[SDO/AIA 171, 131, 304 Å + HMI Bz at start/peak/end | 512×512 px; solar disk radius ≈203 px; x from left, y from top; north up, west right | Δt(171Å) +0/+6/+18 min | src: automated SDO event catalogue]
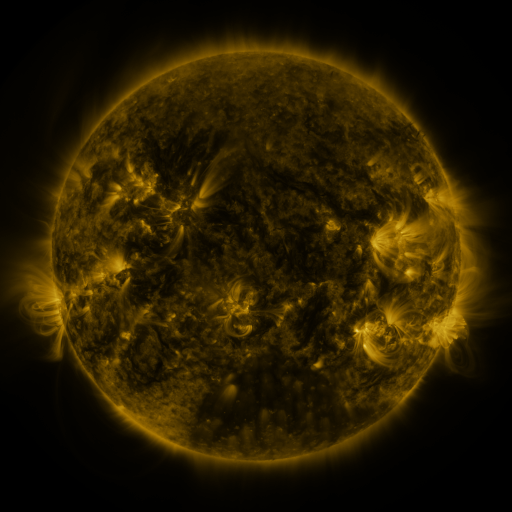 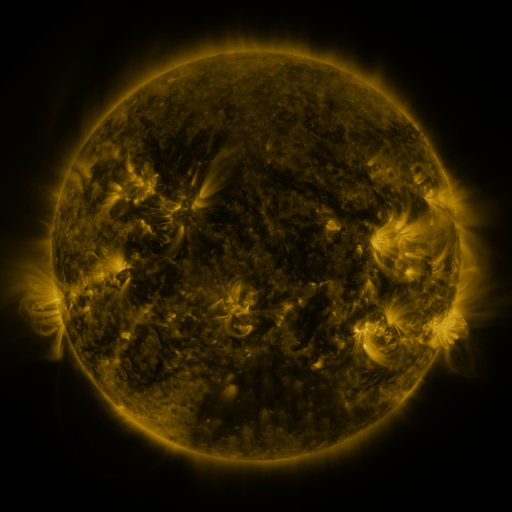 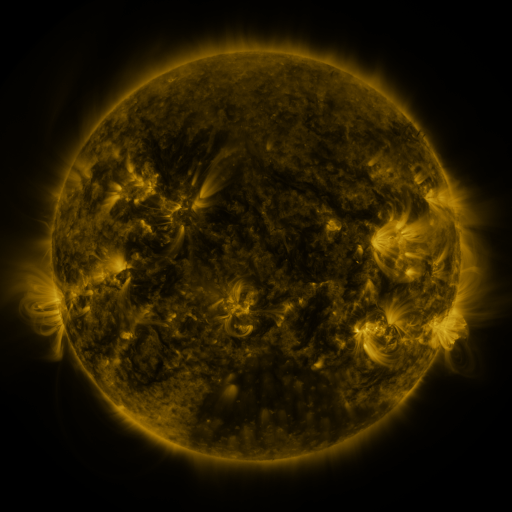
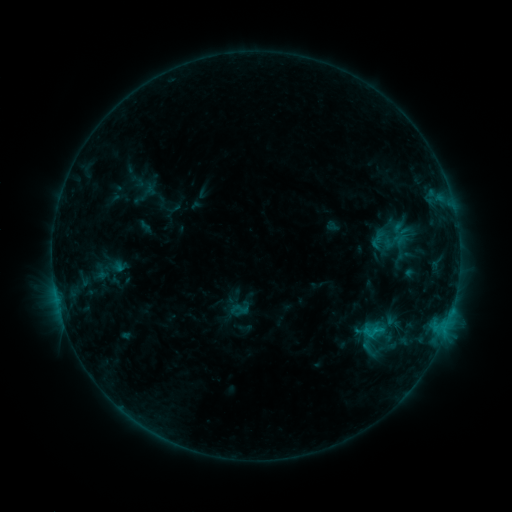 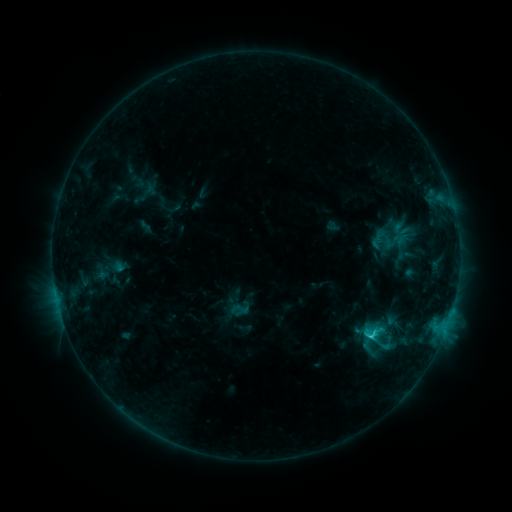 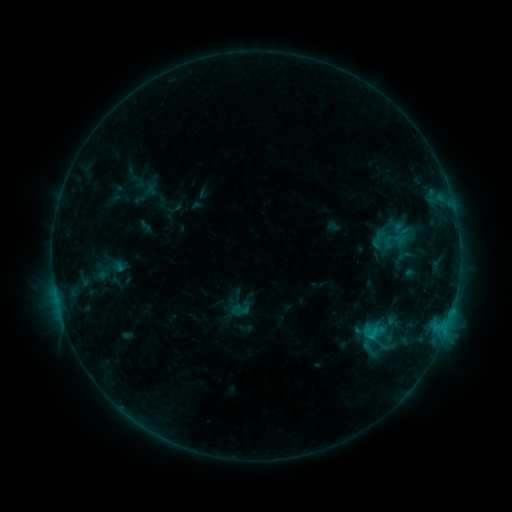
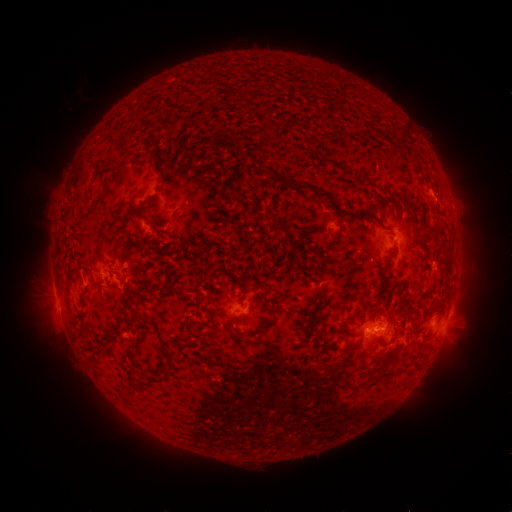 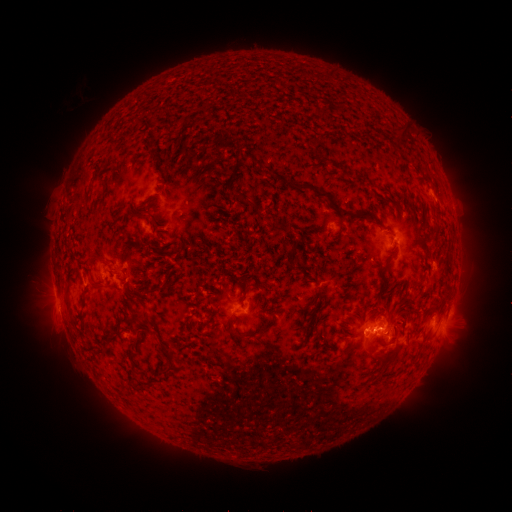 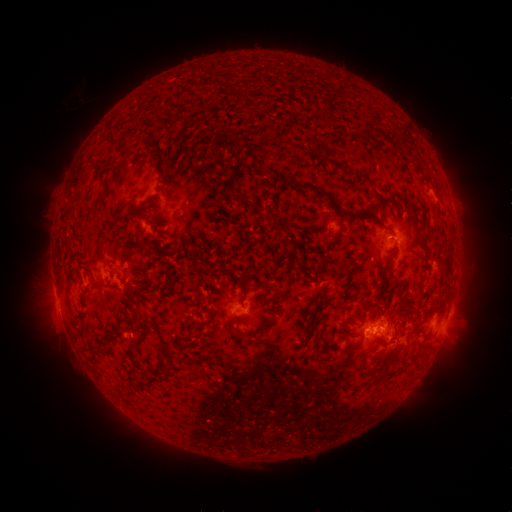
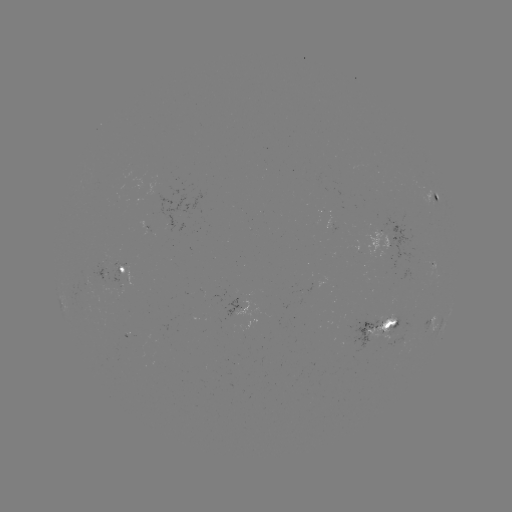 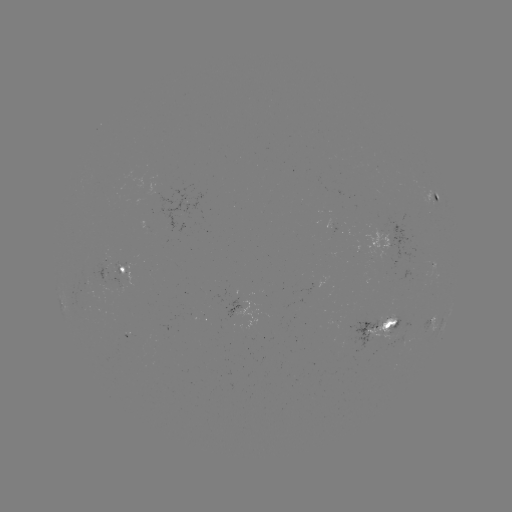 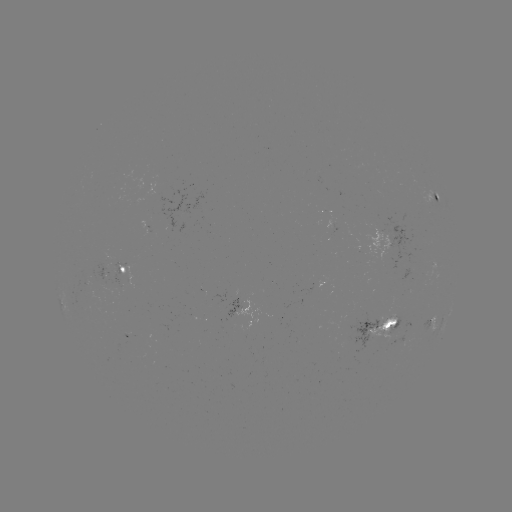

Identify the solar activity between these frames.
C1.6 flare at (368, 336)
